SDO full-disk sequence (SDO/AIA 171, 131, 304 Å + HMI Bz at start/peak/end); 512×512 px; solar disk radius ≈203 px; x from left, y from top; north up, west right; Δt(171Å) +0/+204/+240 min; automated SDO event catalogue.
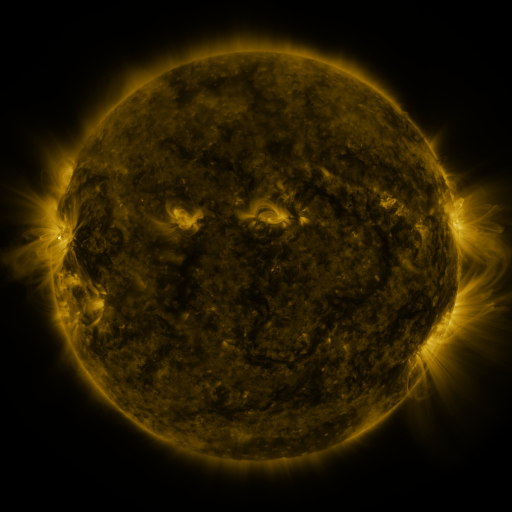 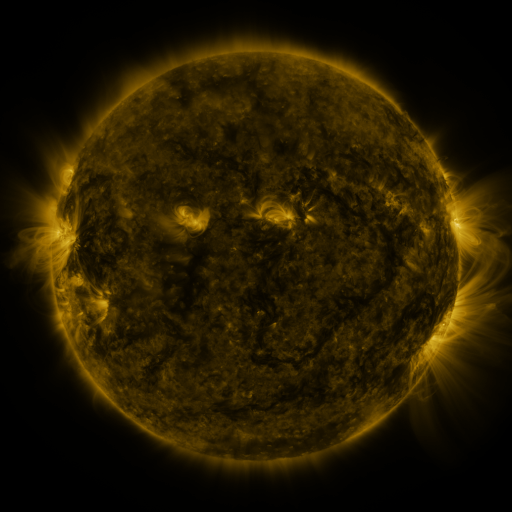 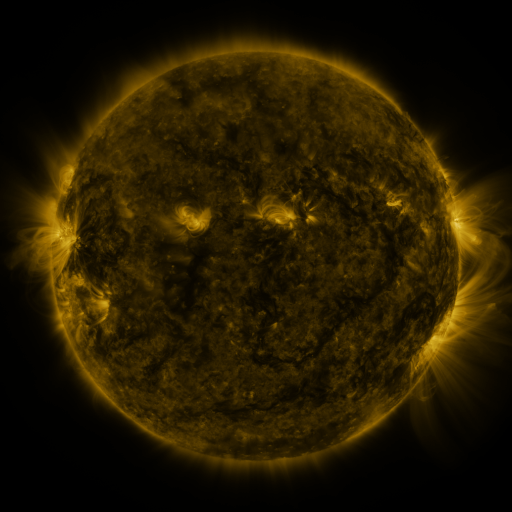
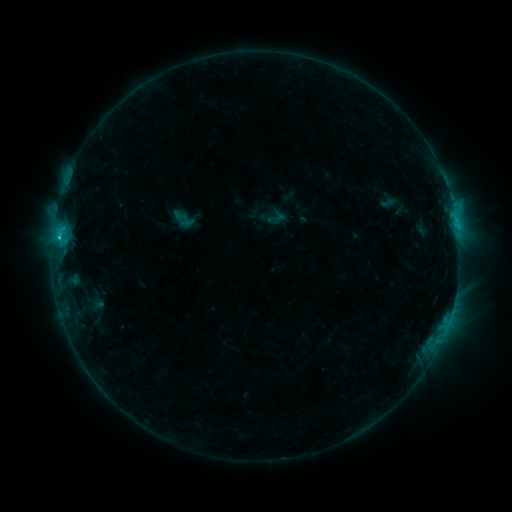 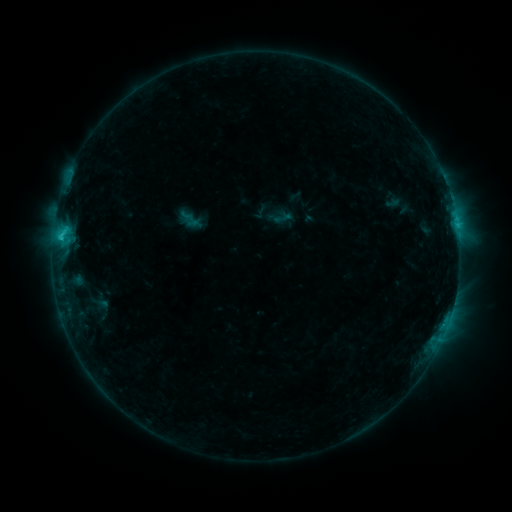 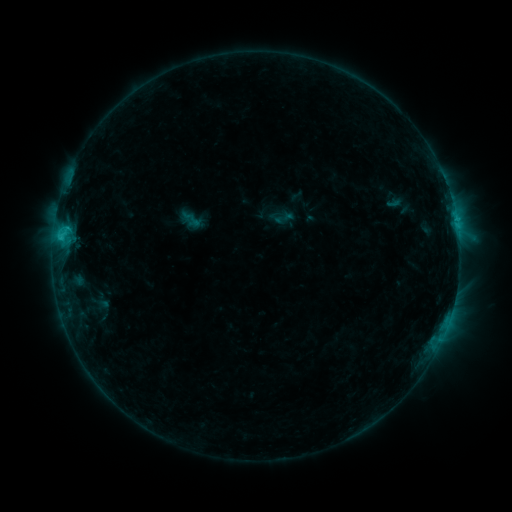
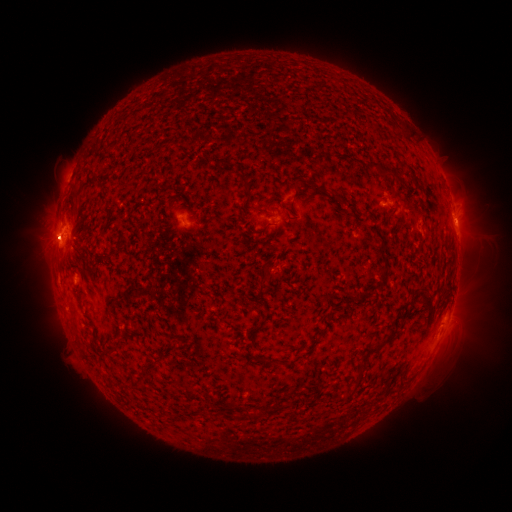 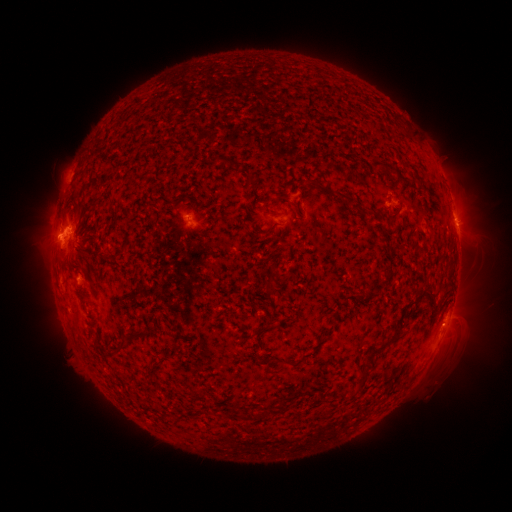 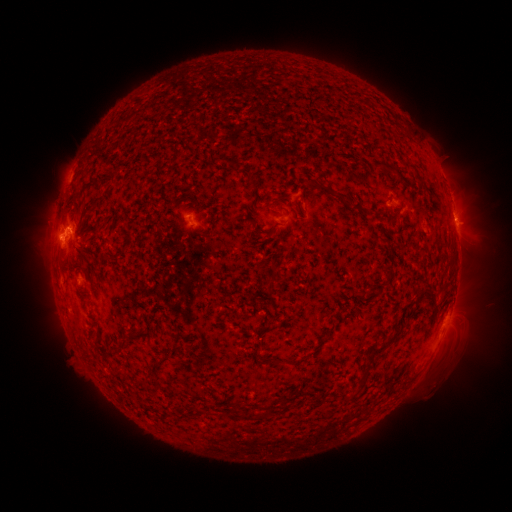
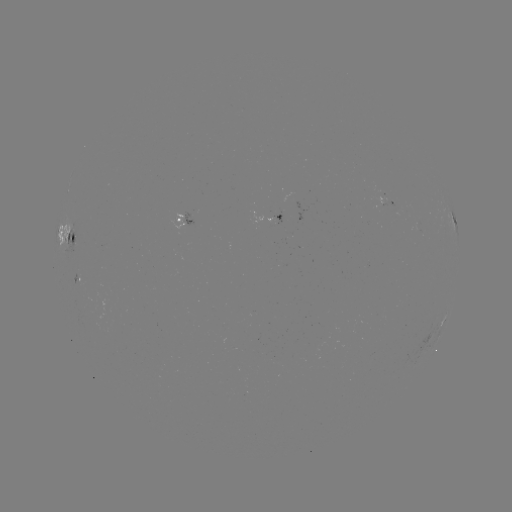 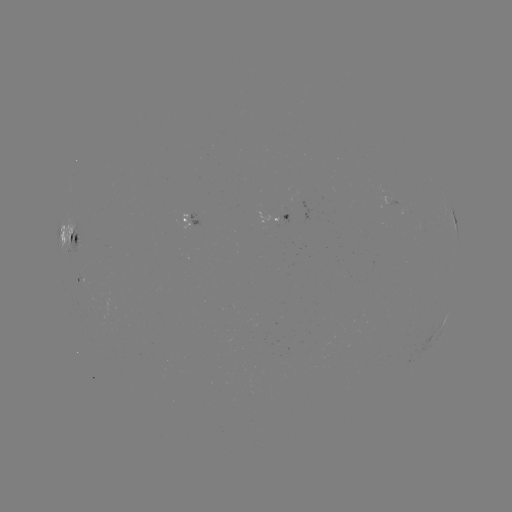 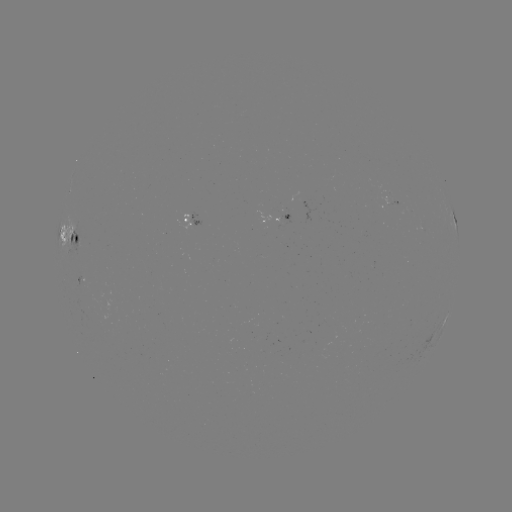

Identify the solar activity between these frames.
emerging-flux region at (290, 203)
